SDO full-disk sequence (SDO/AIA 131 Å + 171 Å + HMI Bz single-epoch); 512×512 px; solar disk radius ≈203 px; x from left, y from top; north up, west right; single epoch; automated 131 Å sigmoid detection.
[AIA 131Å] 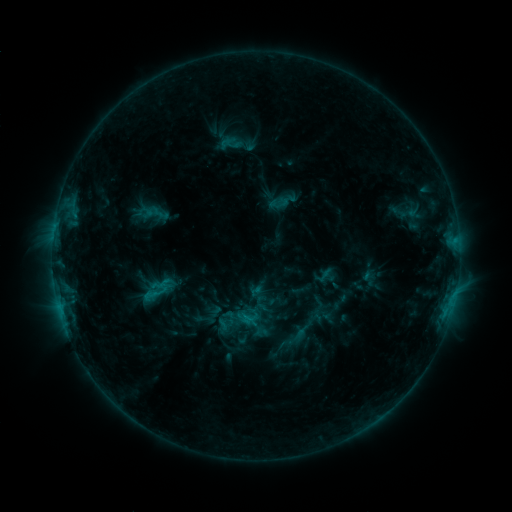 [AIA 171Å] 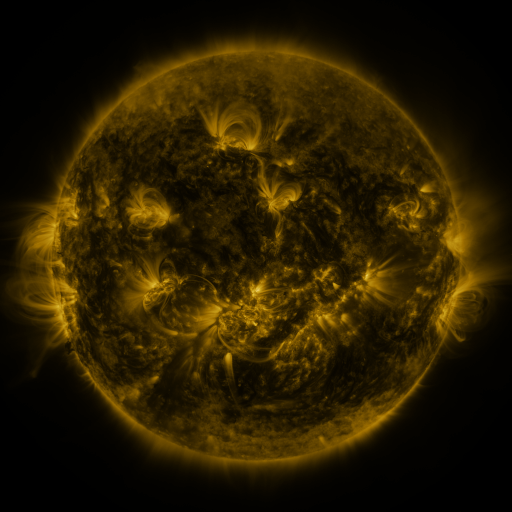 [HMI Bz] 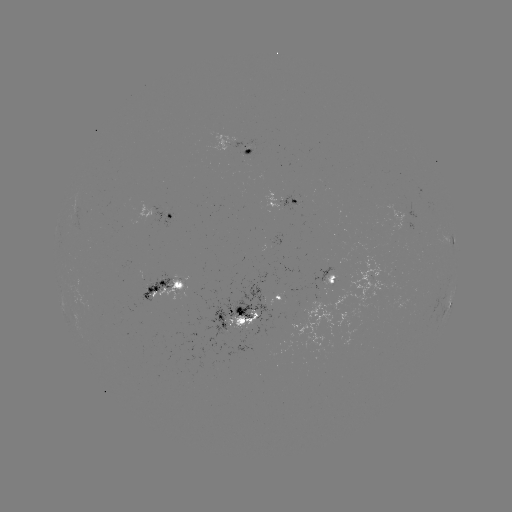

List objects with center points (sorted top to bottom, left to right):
sigmoid: <bbox>138, 278, 173, 307</bbox>
sigmoid: <bbox>193, 309, 217, 329</bbox>
